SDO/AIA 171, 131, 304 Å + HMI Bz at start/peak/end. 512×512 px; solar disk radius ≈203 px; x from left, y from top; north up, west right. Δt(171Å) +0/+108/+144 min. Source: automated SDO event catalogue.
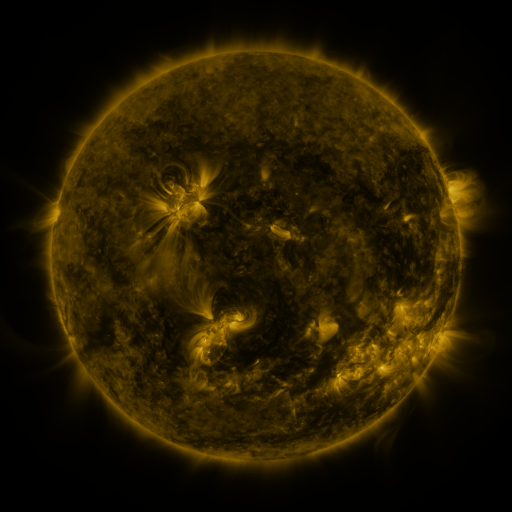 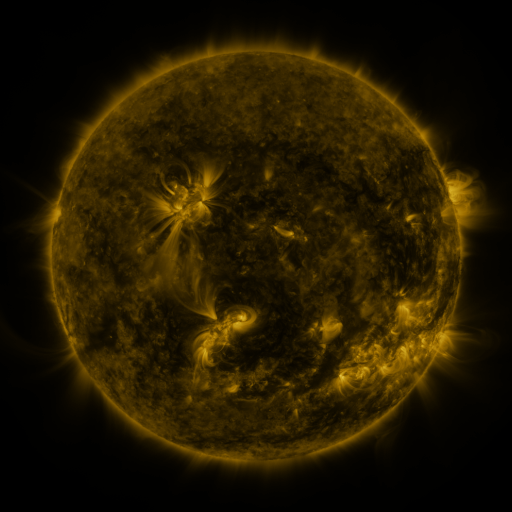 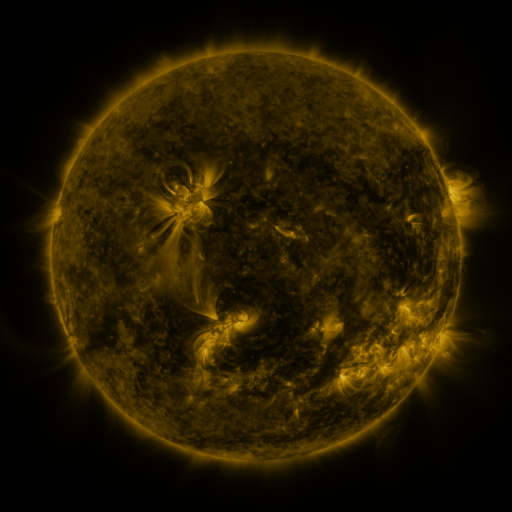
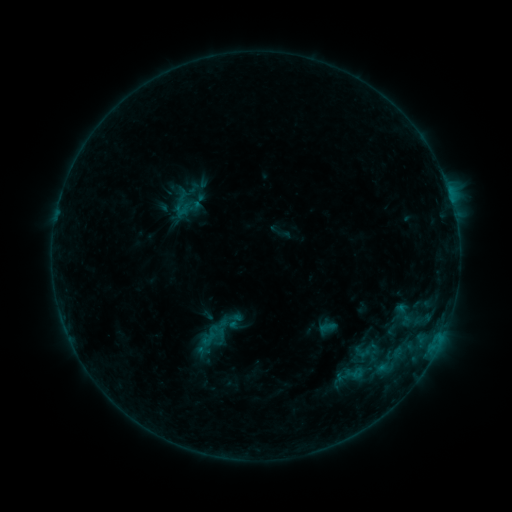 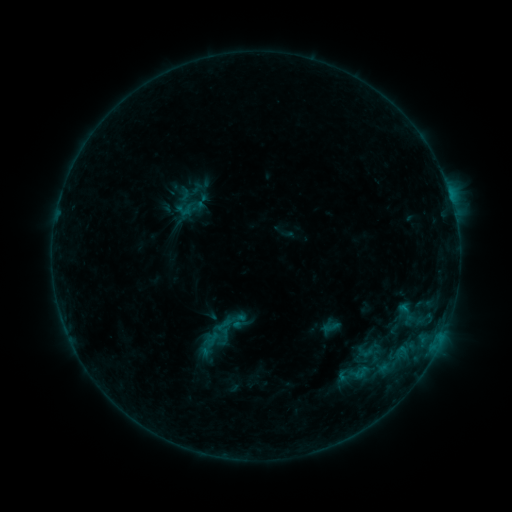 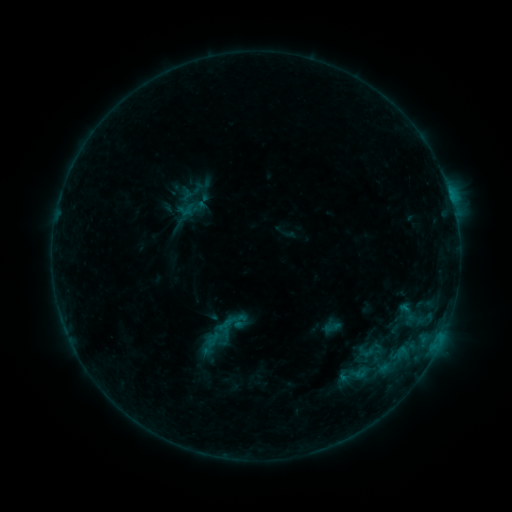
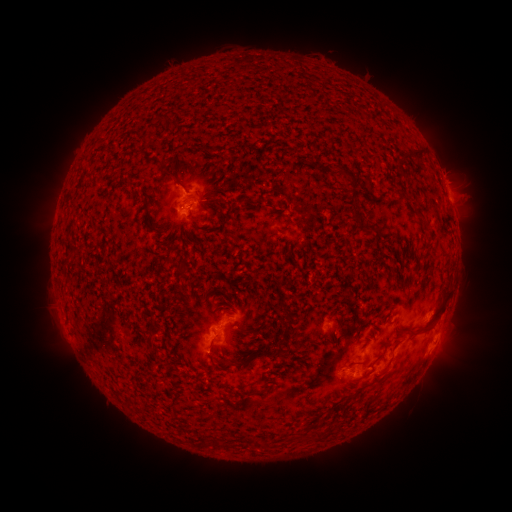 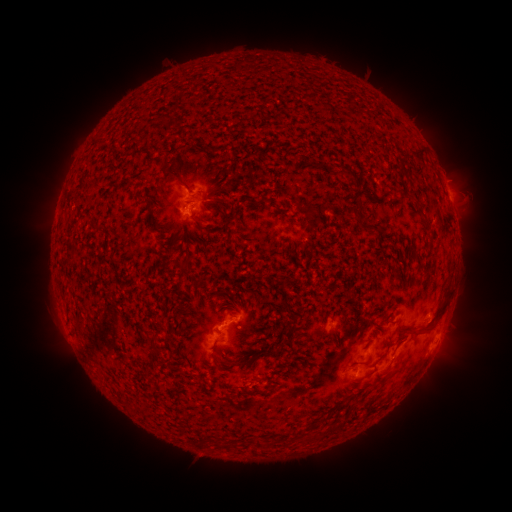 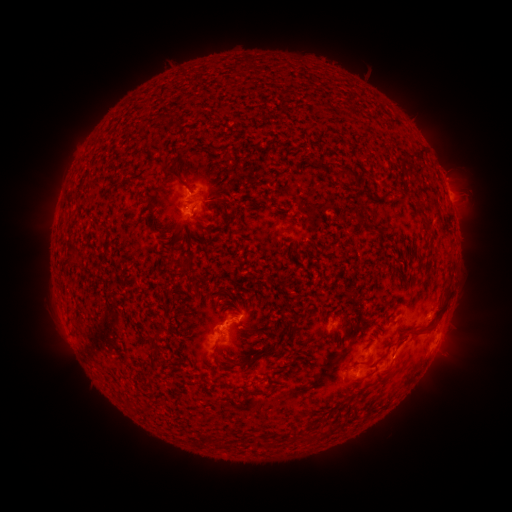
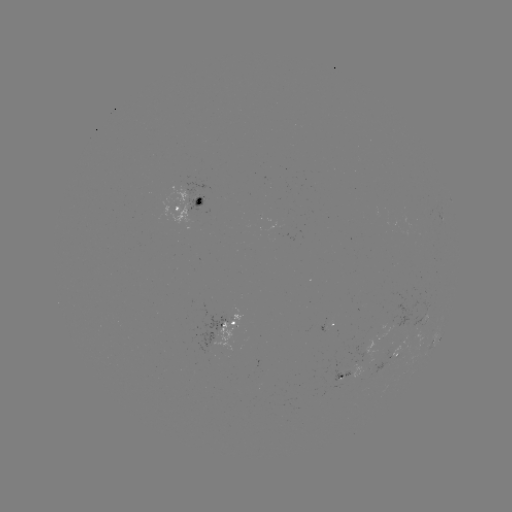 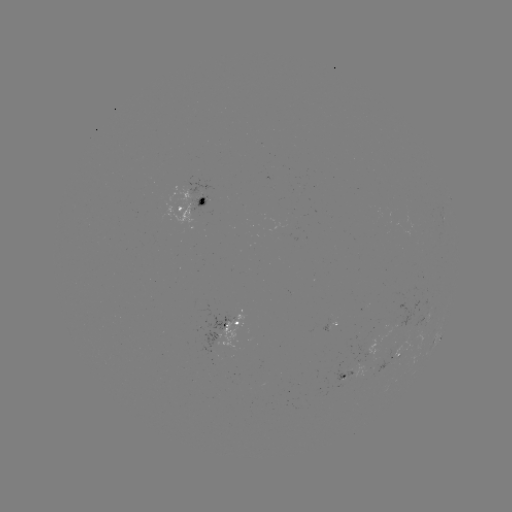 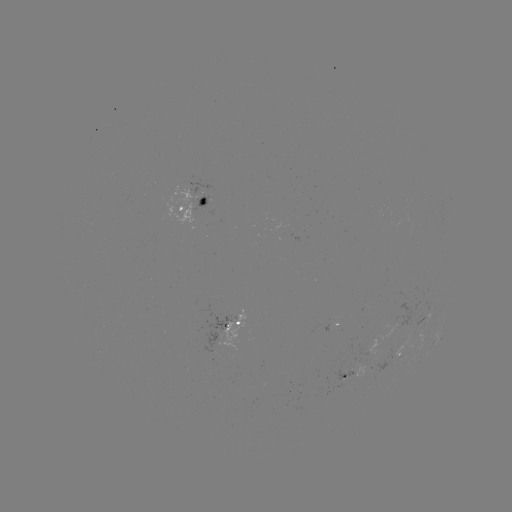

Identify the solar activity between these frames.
emerging-flux region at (392, 356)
